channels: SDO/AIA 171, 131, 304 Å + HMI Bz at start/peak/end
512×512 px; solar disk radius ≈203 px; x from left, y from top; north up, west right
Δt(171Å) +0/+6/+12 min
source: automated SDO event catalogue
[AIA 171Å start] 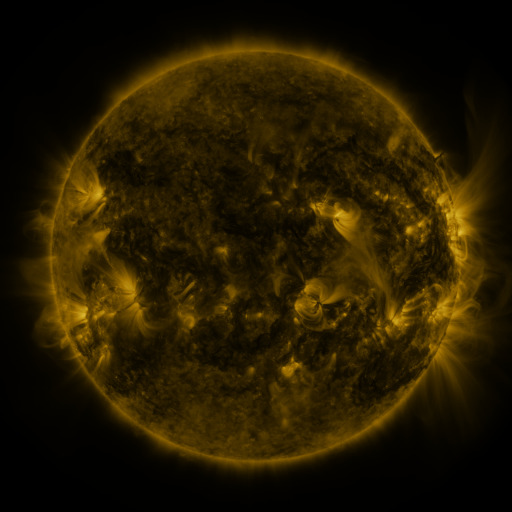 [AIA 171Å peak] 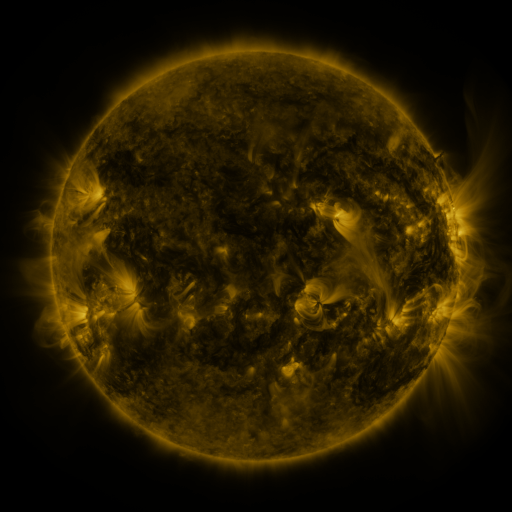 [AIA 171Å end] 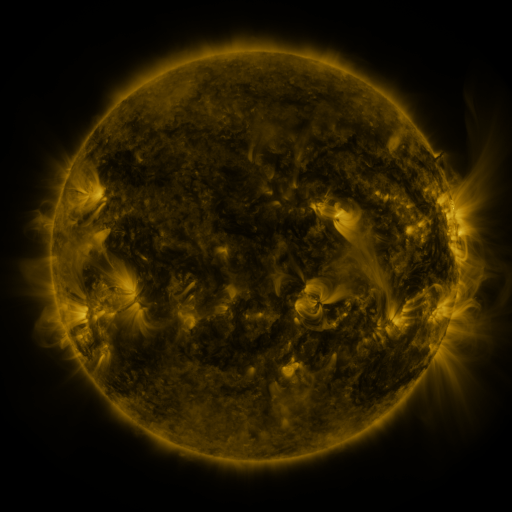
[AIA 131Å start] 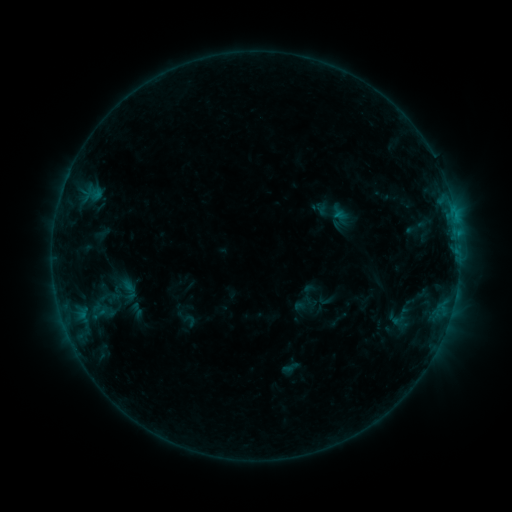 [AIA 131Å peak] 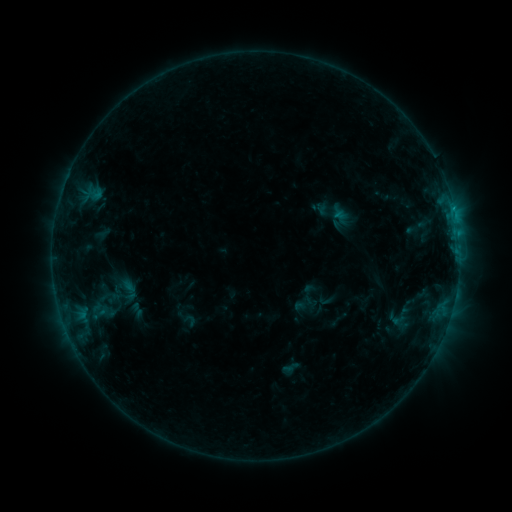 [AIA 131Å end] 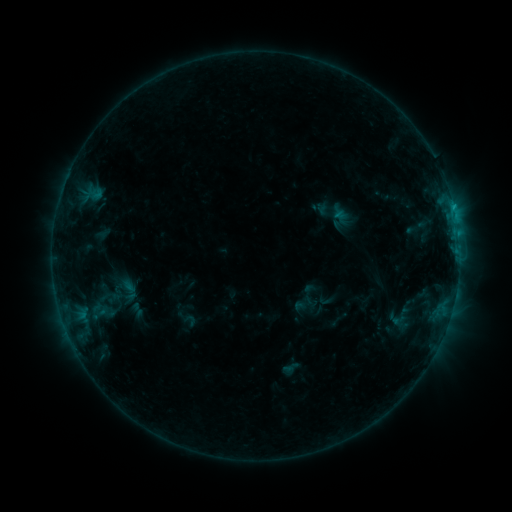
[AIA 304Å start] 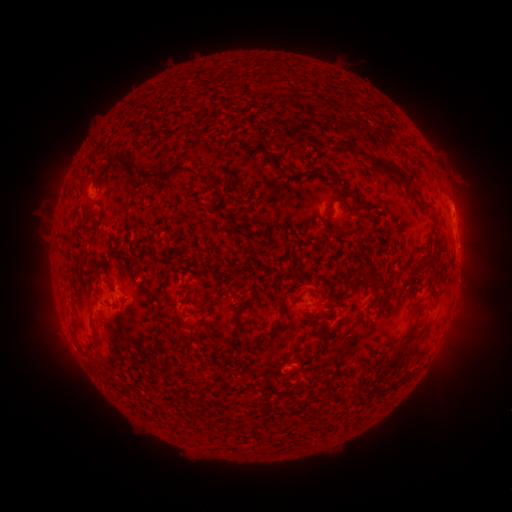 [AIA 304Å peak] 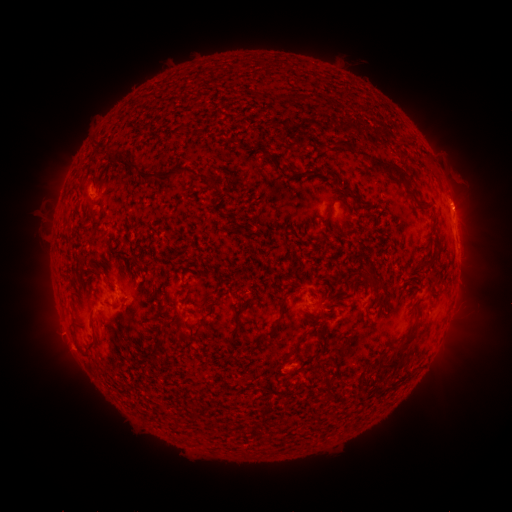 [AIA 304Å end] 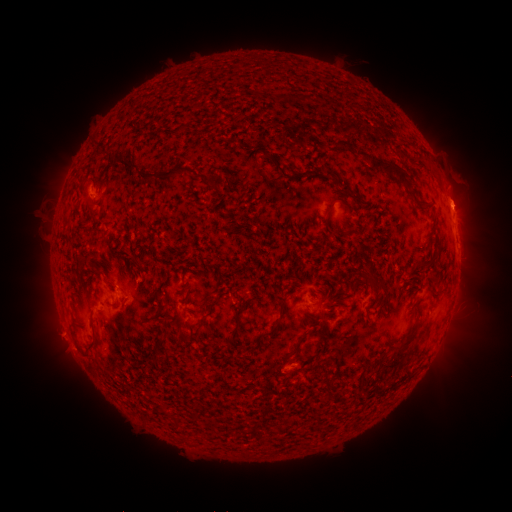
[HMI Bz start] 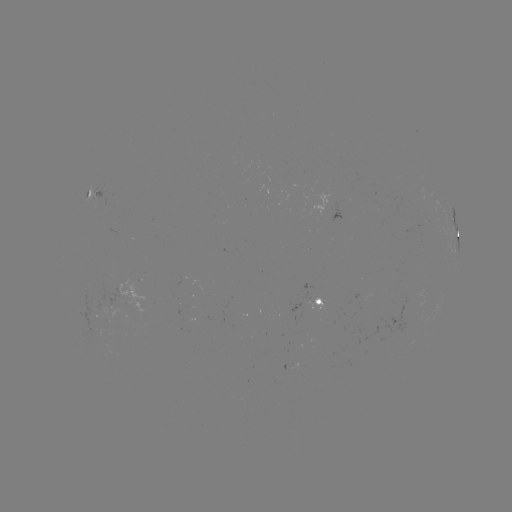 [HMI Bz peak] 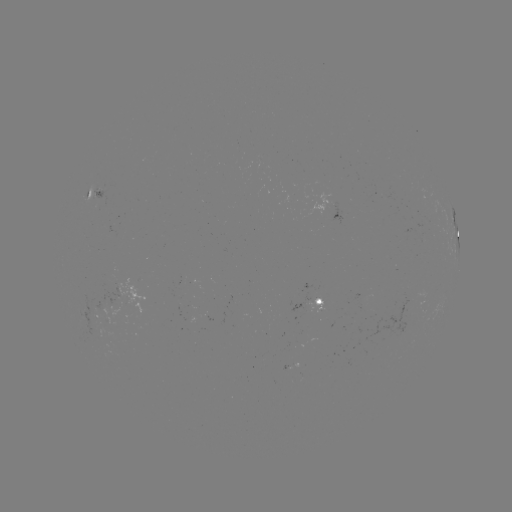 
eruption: <bbox>436, 176, 486, 225</bbox>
